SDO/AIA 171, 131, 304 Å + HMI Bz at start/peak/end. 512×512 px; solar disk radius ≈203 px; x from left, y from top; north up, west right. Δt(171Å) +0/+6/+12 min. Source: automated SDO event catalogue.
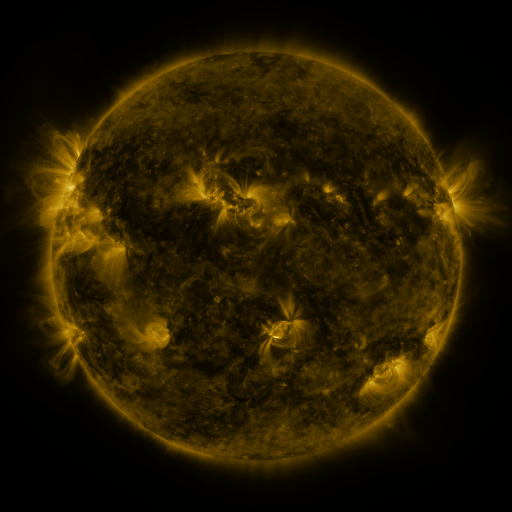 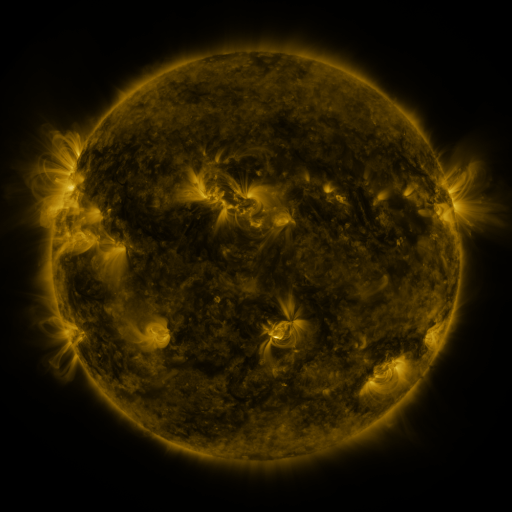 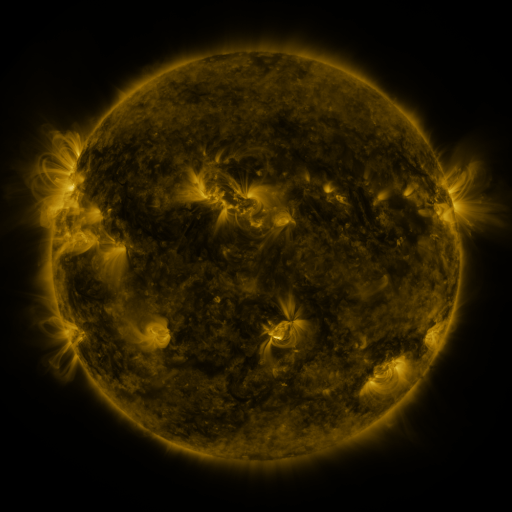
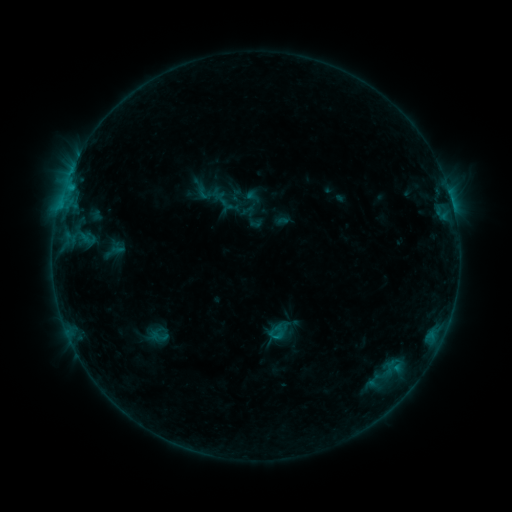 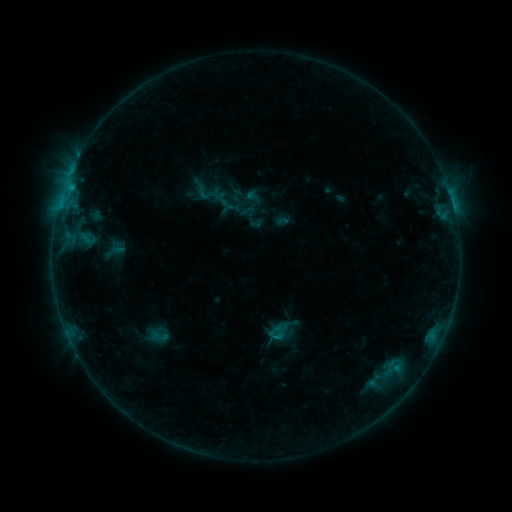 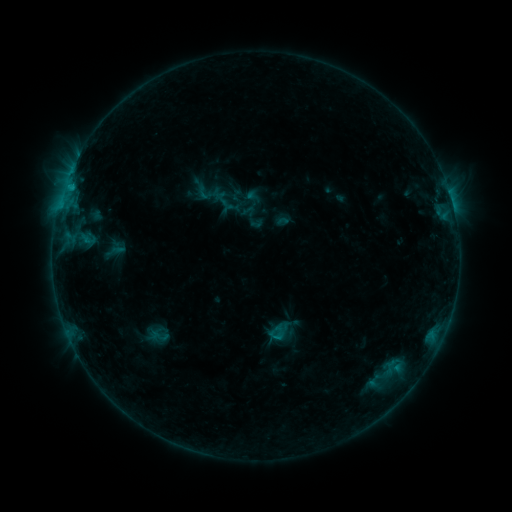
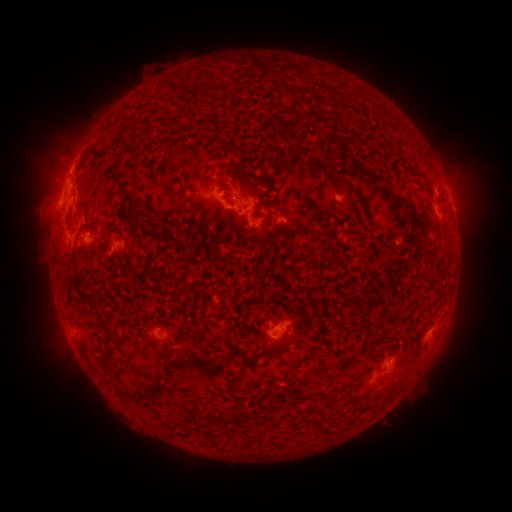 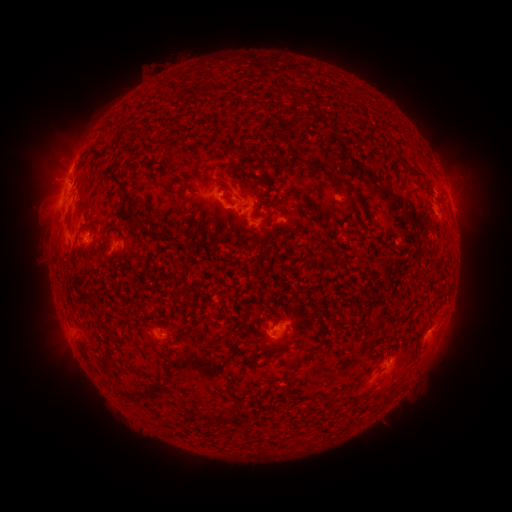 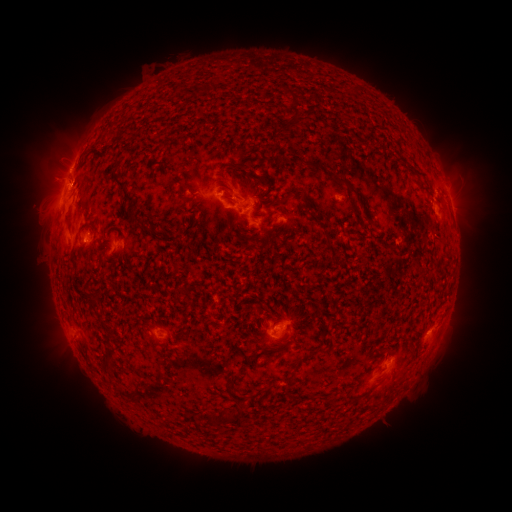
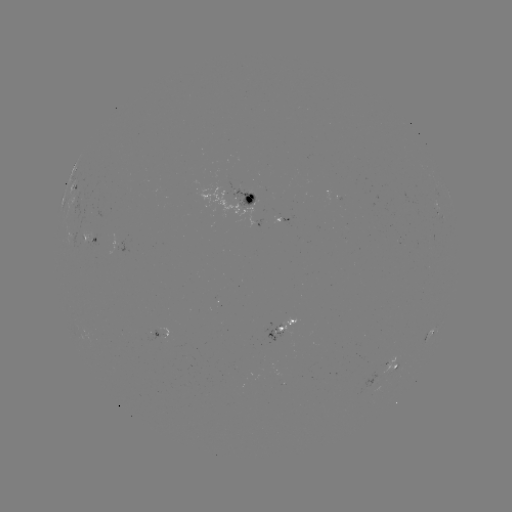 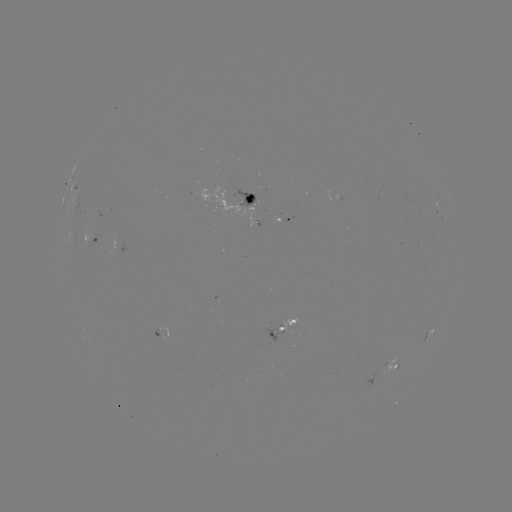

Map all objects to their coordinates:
eruption: (255, 252)
